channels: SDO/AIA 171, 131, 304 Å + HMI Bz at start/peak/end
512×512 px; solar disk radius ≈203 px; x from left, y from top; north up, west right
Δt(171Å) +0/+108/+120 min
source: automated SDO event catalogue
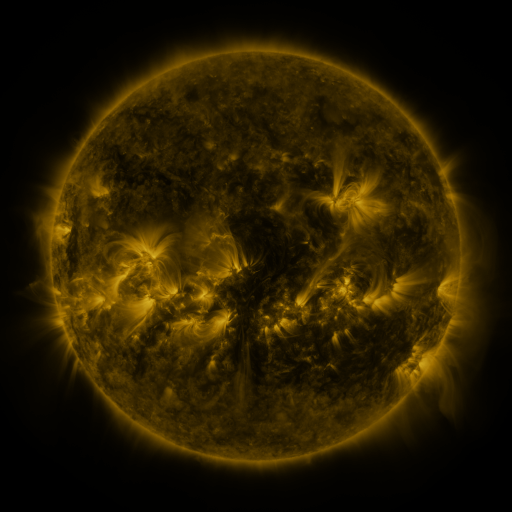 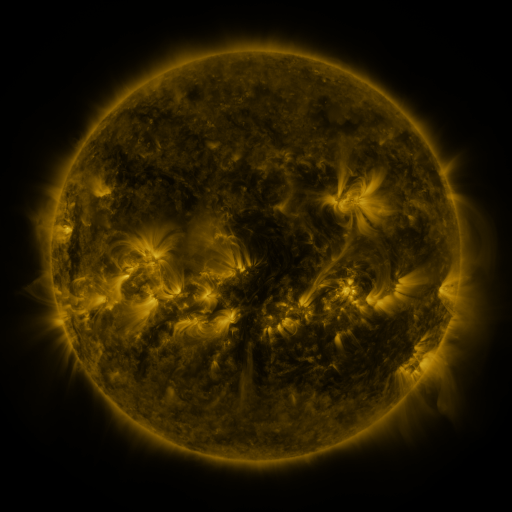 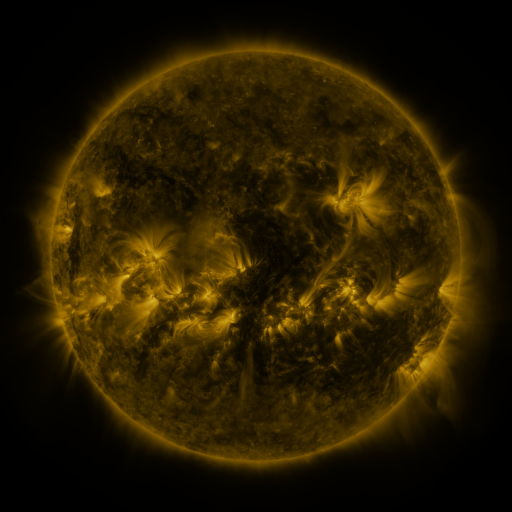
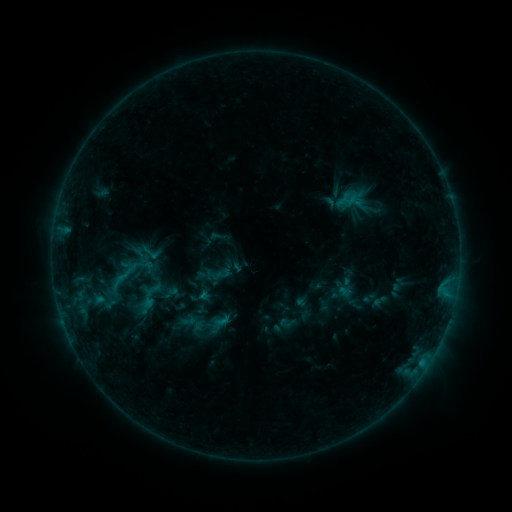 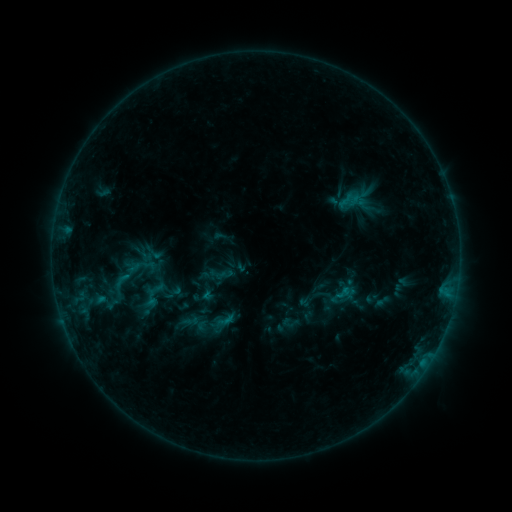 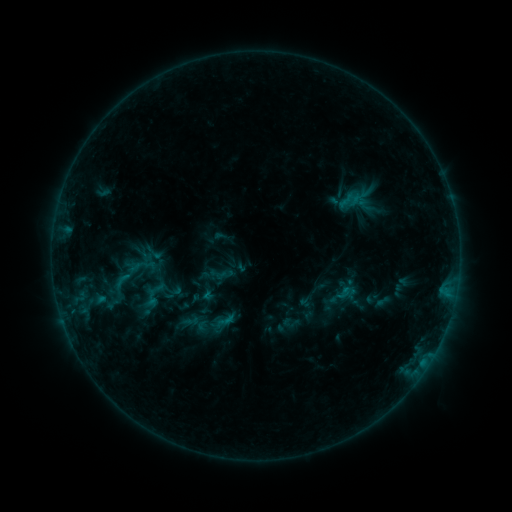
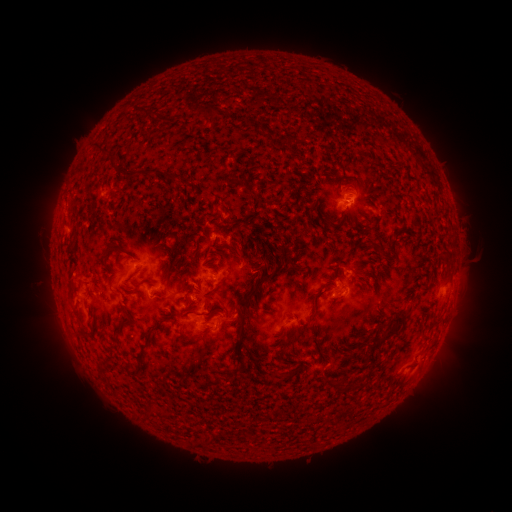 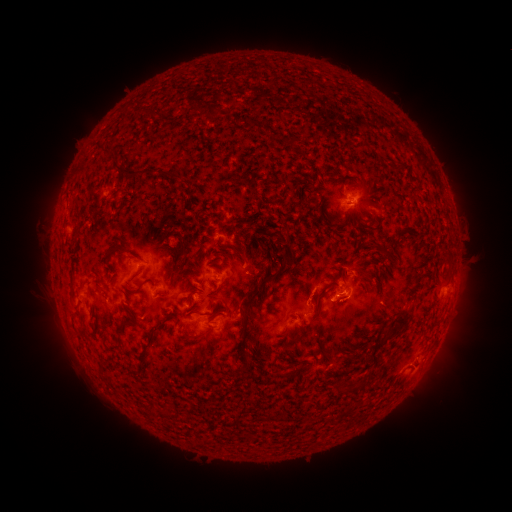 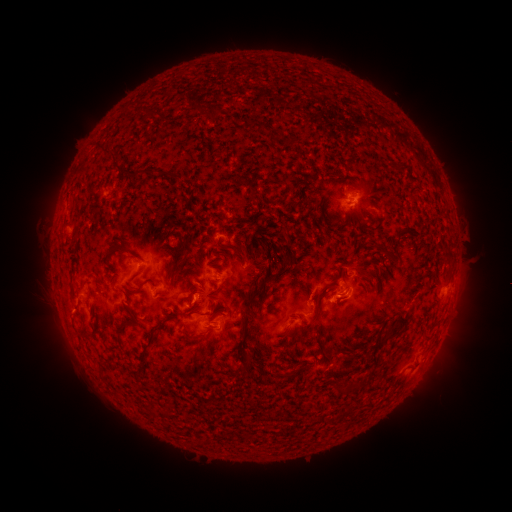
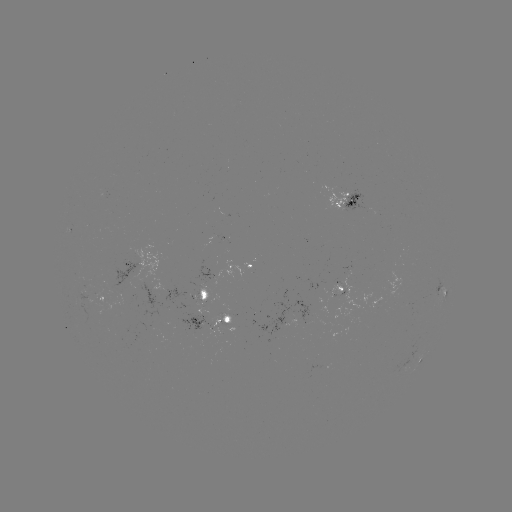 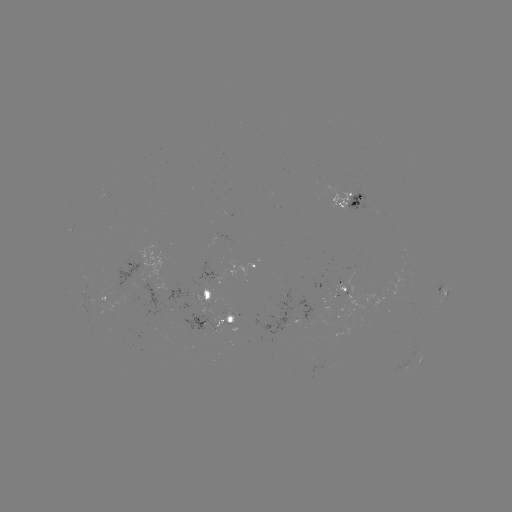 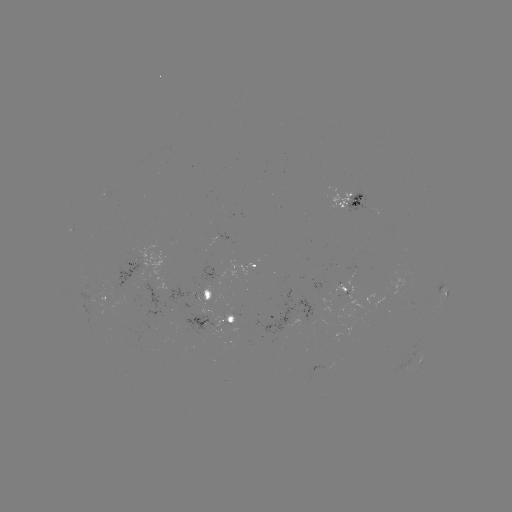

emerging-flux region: [81, 286, 94, 300]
